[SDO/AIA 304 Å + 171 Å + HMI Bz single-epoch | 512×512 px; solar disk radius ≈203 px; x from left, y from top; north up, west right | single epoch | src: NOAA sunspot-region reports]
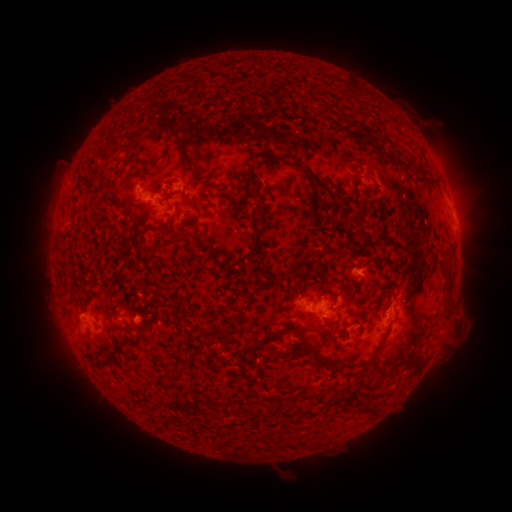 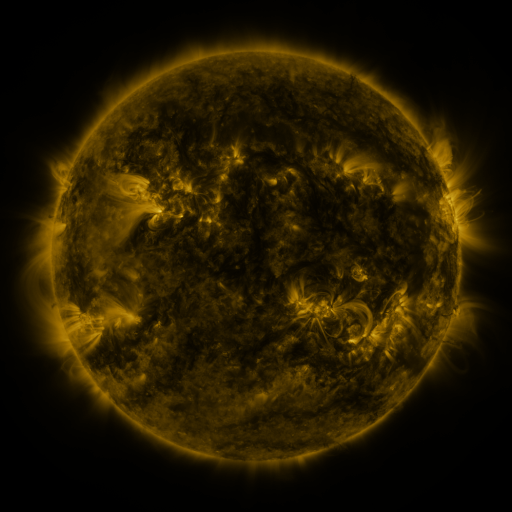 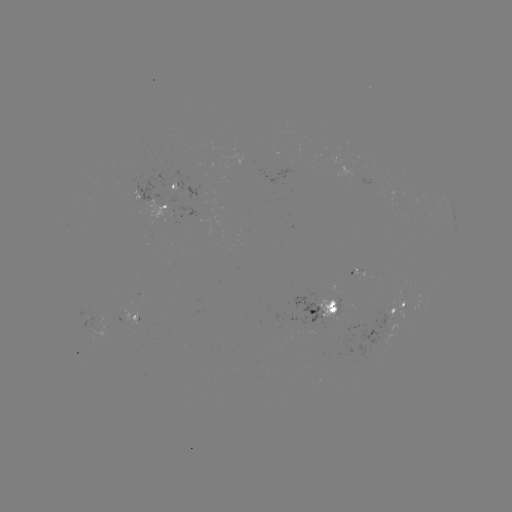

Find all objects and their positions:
spotted active region: (188, 191)
spotted active region: (156, 203)
spotted active region: (455, 223)
spotted active region: (383, 271)
spotted active region: (331, 307)
spotted active region: (403, 307)
spotted active region: (92, 319)
spotted active region: (144, 319)
